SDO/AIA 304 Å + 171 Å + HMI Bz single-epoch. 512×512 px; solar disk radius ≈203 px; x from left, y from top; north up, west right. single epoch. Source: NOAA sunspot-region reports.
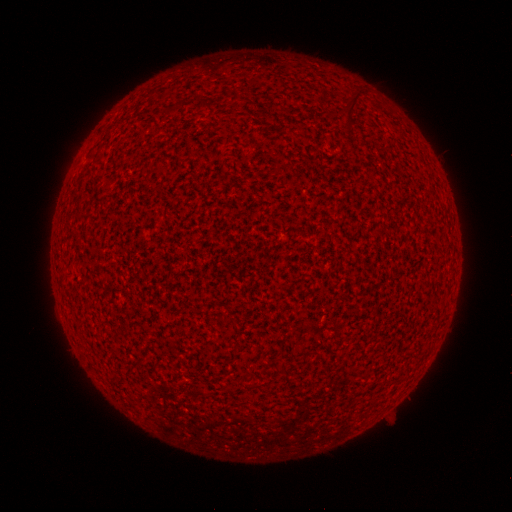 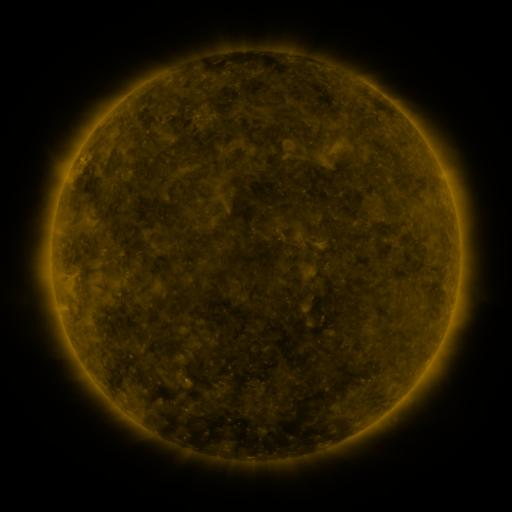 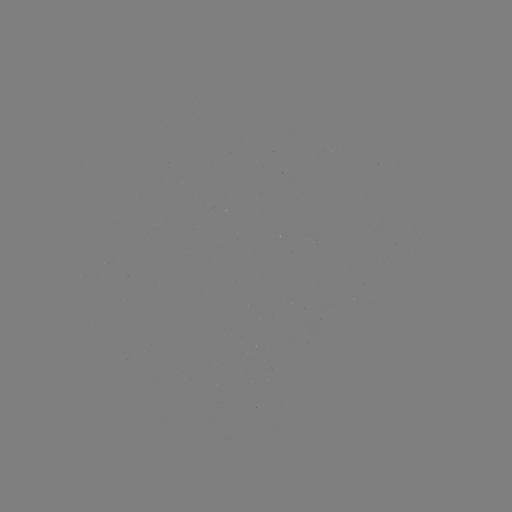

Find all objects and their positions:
(none)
